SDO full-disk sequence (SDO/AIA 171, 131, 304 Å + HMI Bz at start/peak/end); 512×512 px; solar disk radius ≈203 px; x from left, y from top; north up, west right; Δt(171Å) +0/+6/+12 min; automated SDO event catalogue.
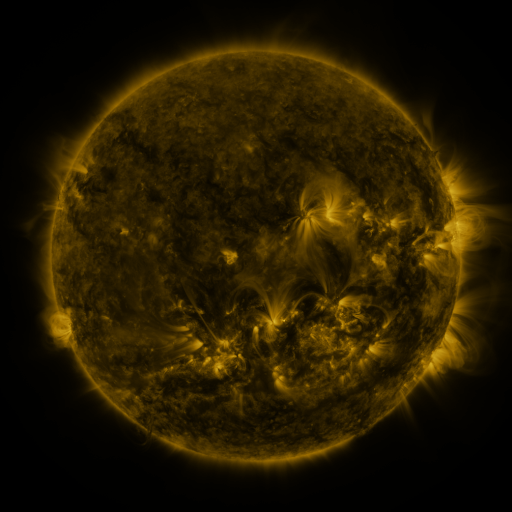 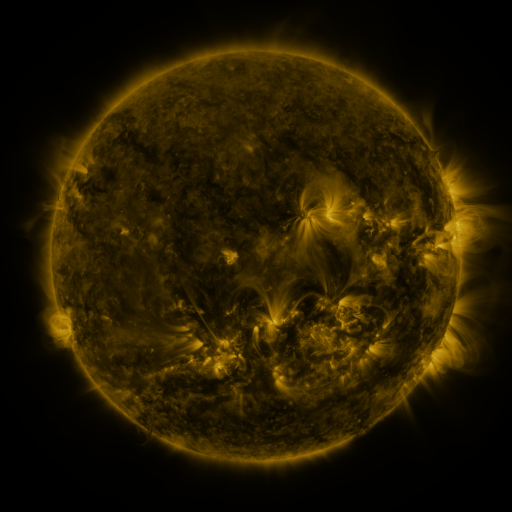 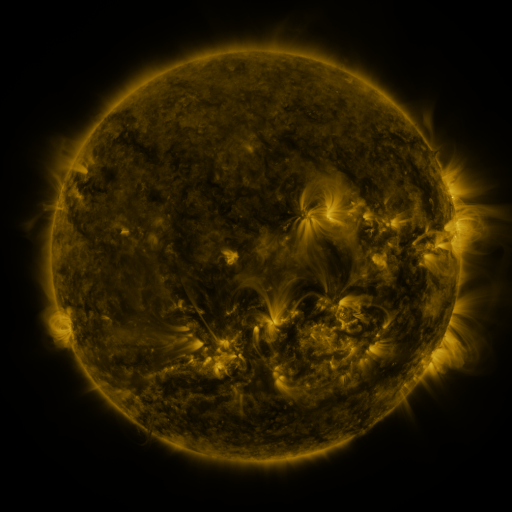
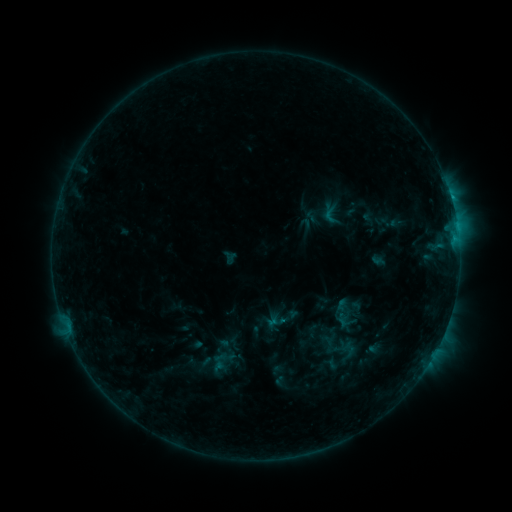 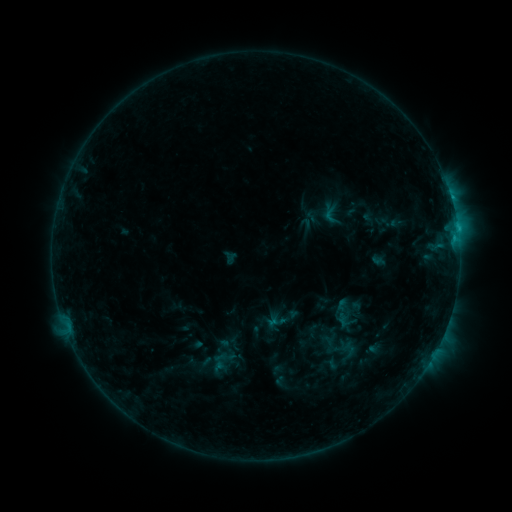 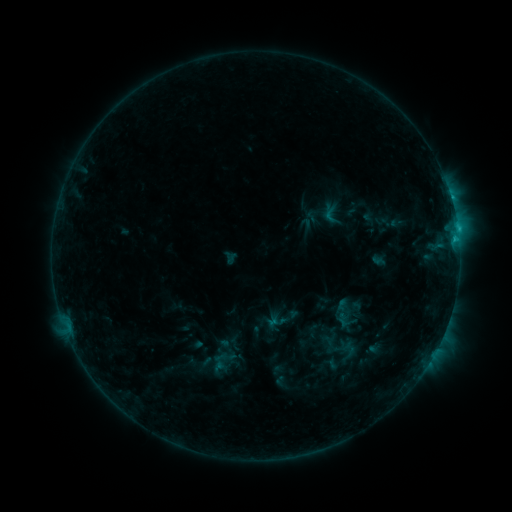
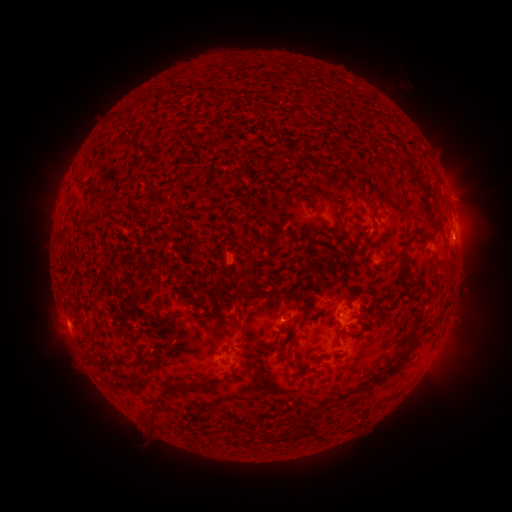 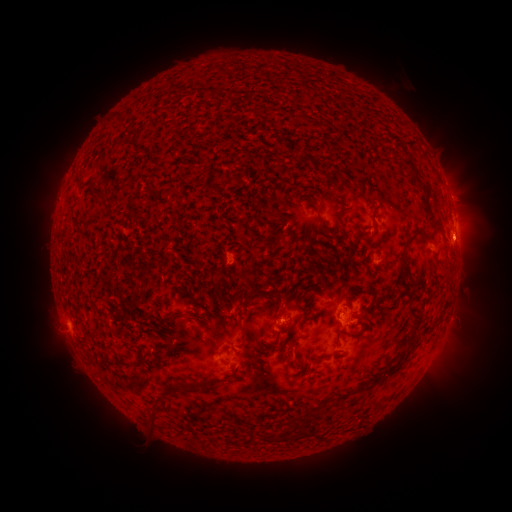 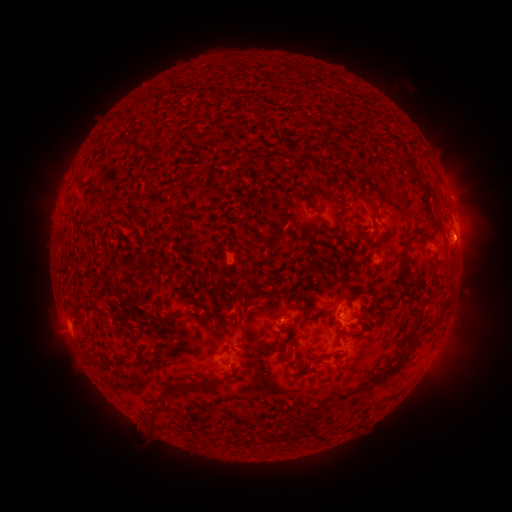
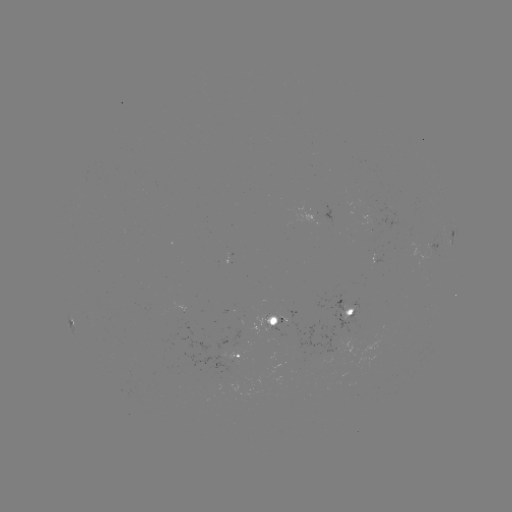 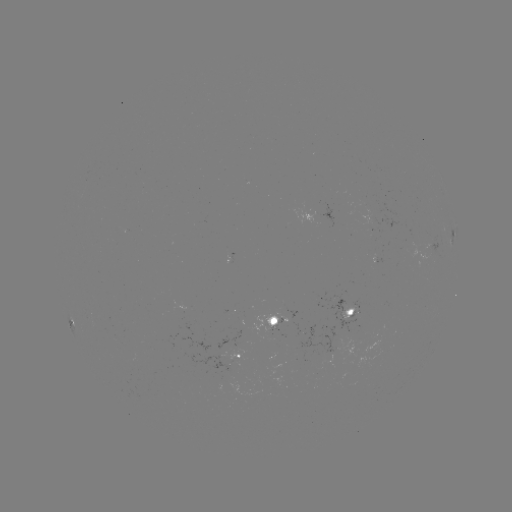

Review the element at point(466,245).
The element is eruption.